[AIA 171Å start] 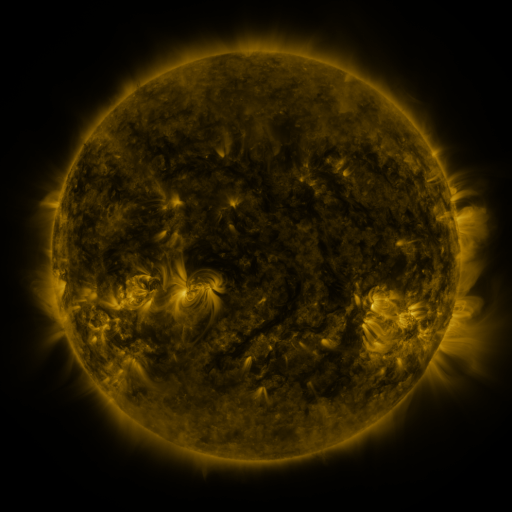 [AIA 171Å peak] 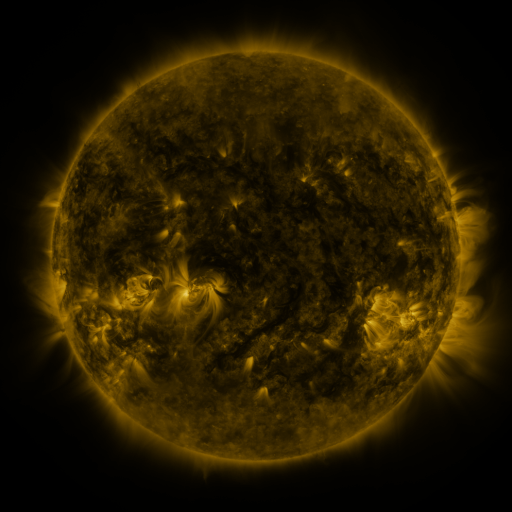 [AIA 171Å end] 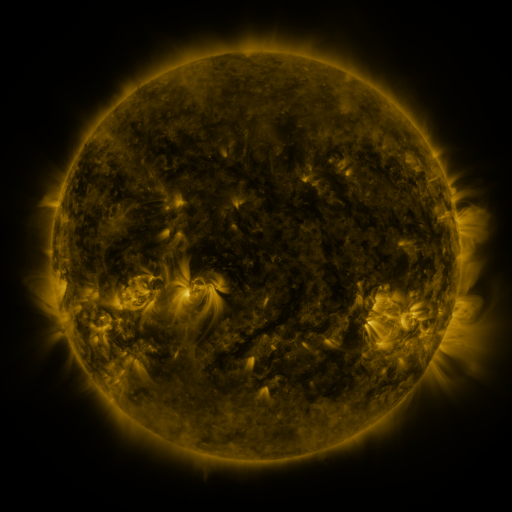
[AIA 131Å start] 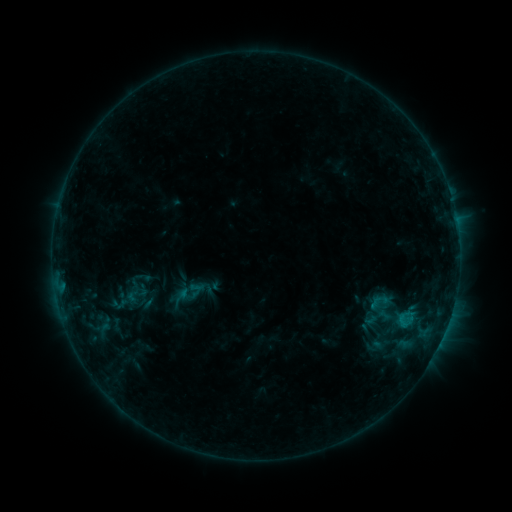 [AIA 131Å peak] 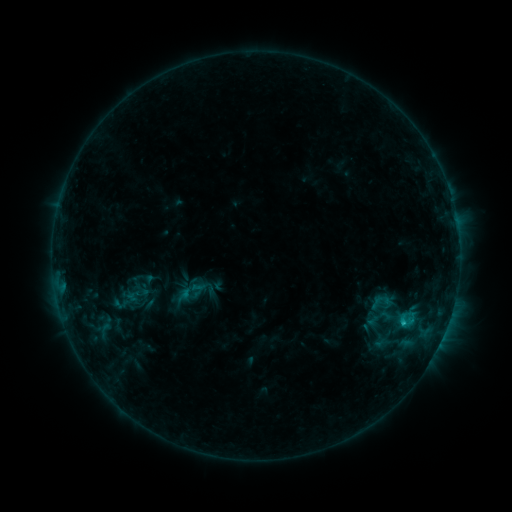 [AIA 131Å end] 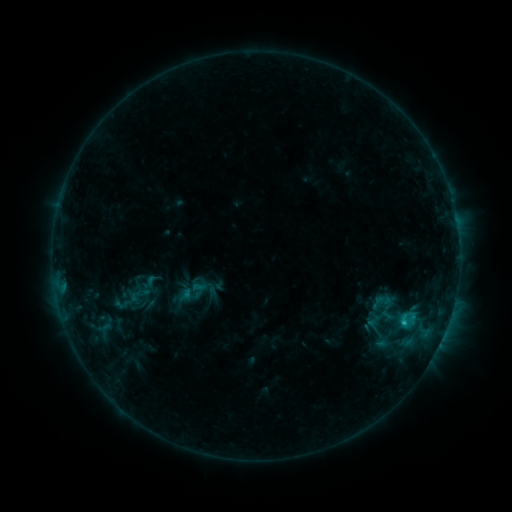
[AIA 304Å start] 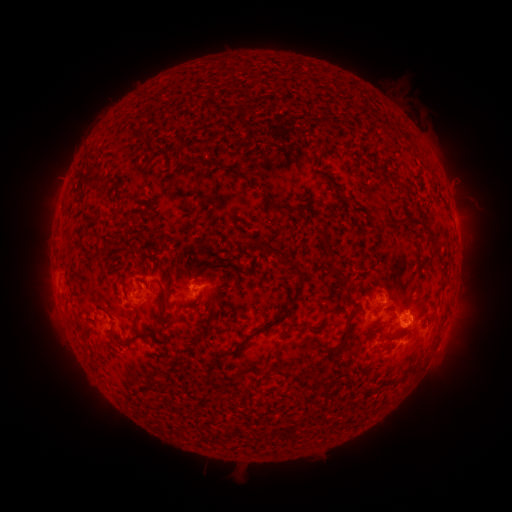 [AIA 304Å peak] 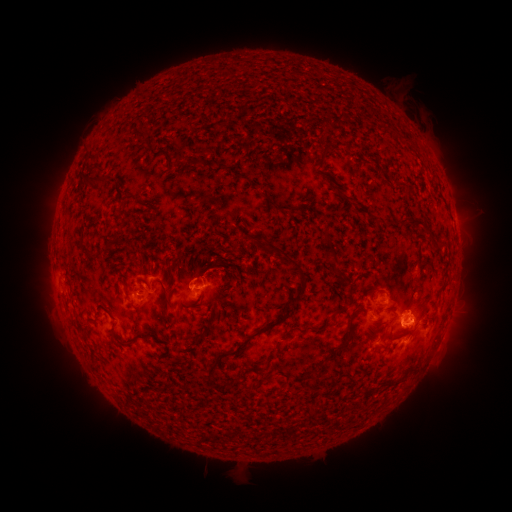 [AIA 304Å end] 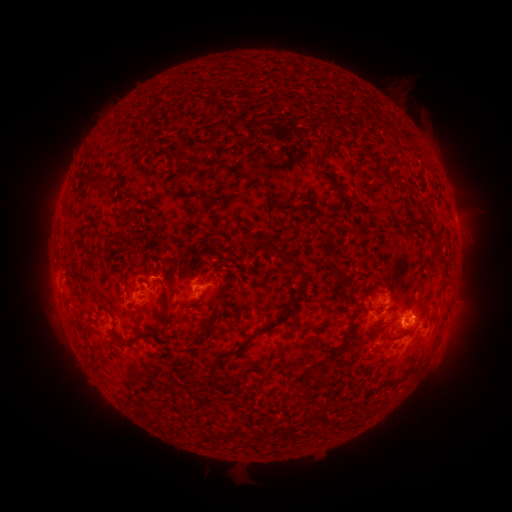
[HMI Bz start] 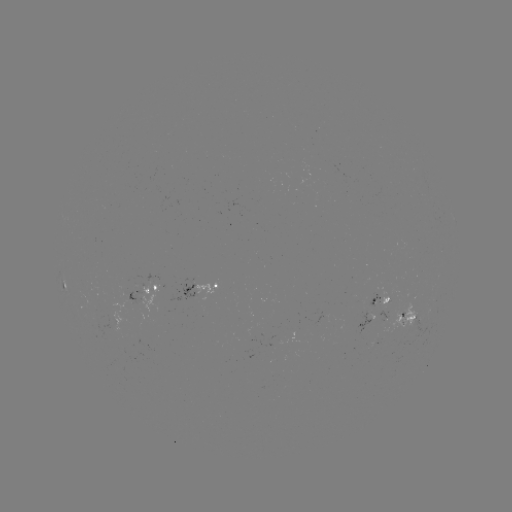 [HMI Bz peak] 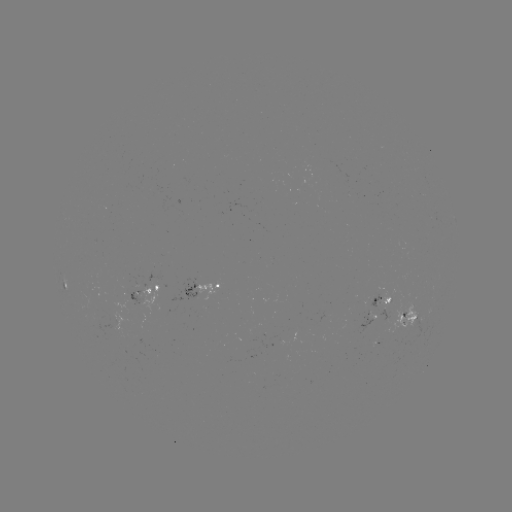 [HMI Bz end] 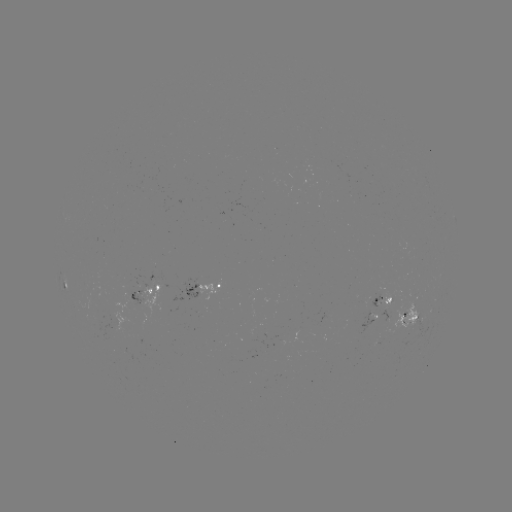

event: emerging-flux region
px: (388, 300)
